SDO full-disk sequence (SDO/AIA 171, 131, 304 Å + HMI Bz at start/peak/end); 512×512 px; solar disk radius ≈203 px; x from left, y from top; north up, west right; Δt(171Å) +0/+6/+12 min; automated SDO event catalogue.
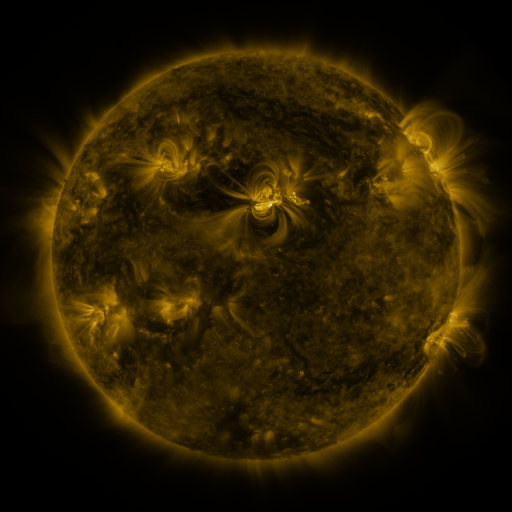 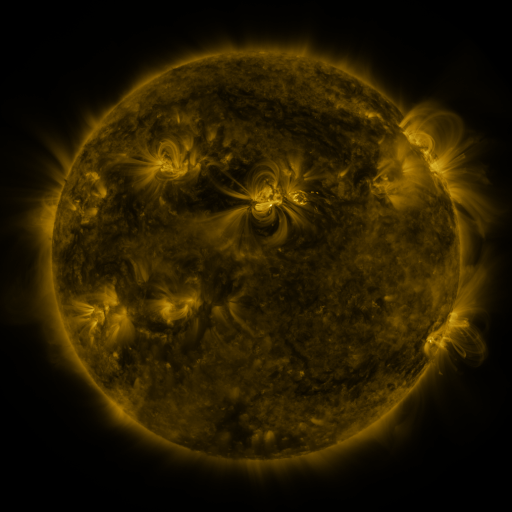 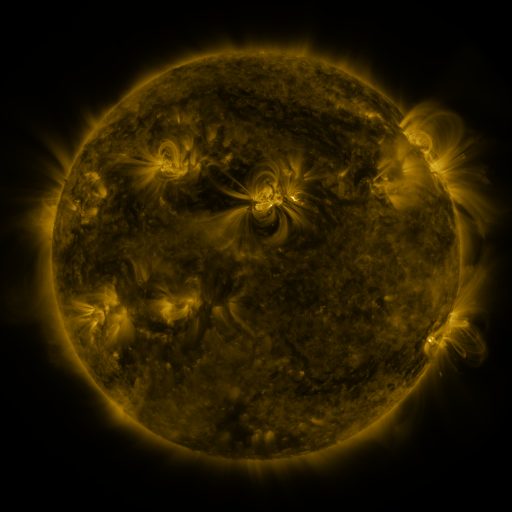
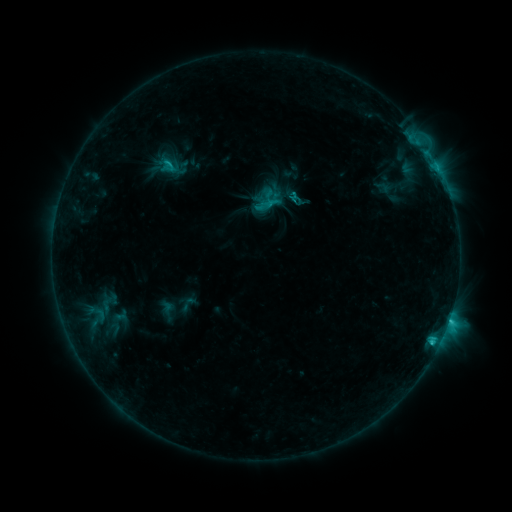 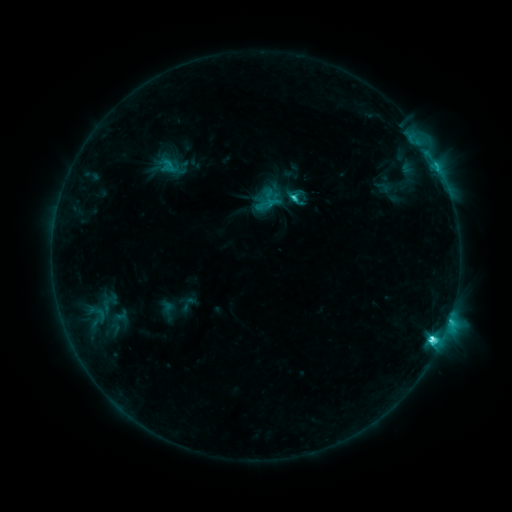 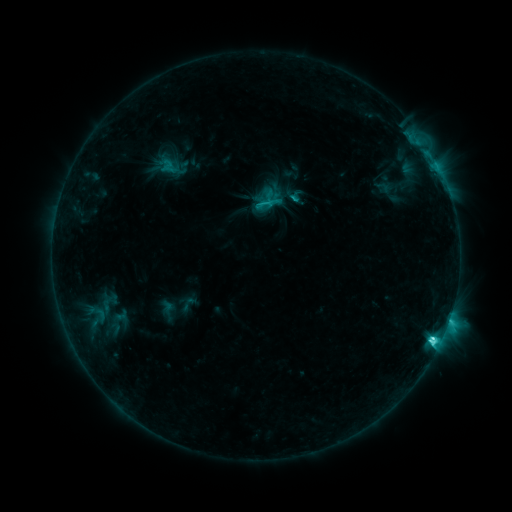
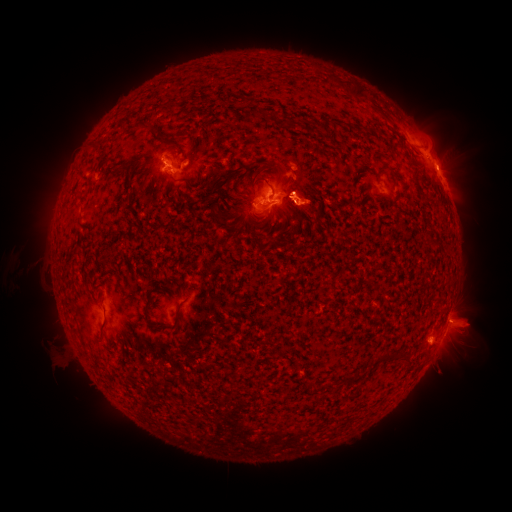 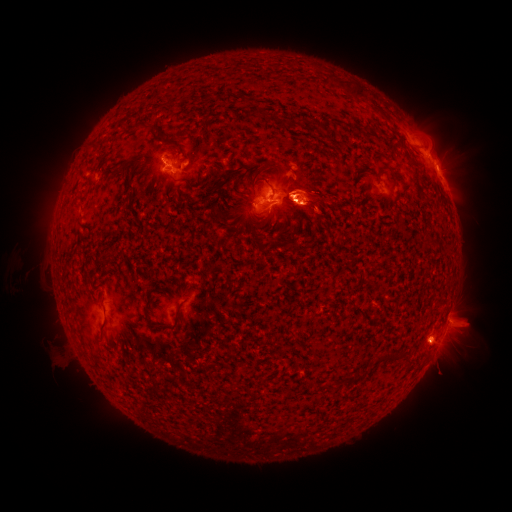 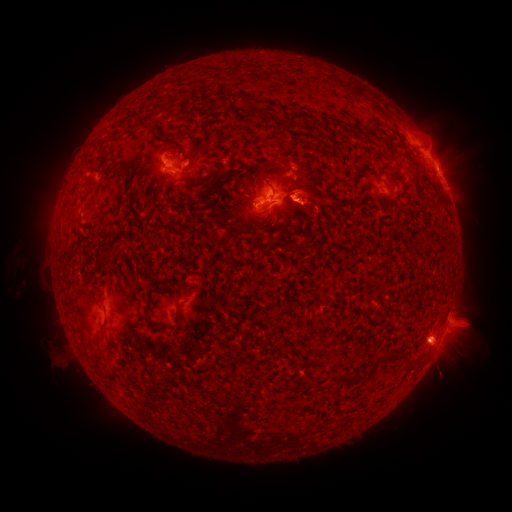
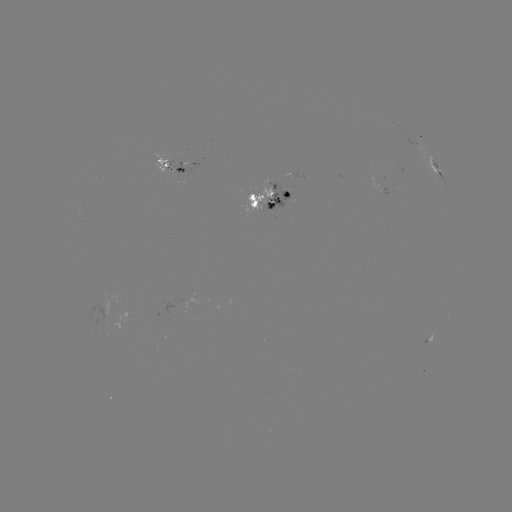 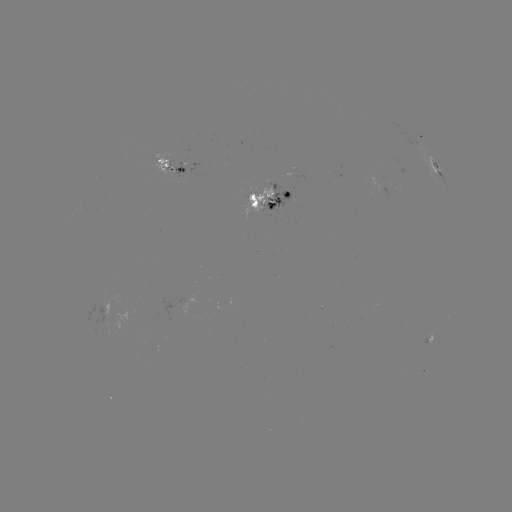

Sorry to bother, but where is eruption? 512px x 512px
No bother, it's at (426, 133).